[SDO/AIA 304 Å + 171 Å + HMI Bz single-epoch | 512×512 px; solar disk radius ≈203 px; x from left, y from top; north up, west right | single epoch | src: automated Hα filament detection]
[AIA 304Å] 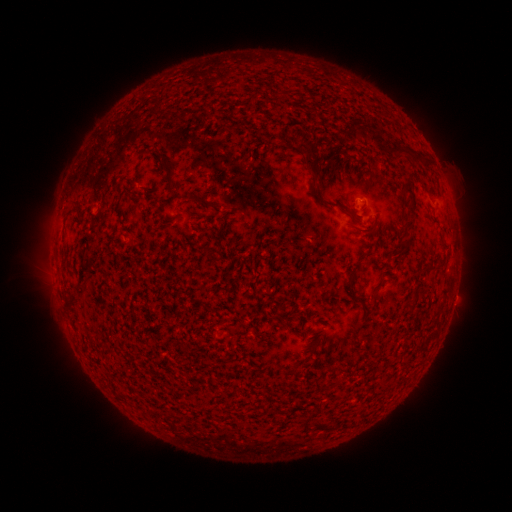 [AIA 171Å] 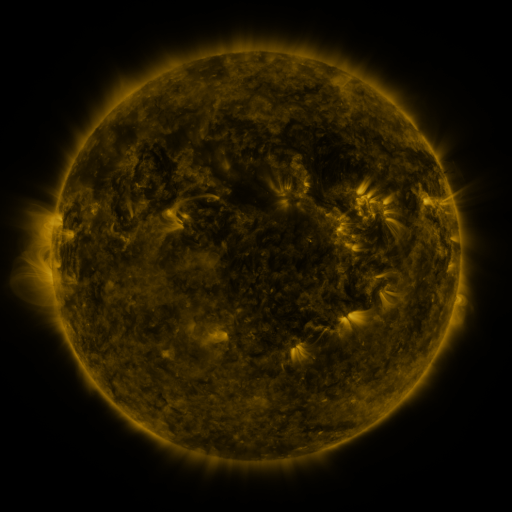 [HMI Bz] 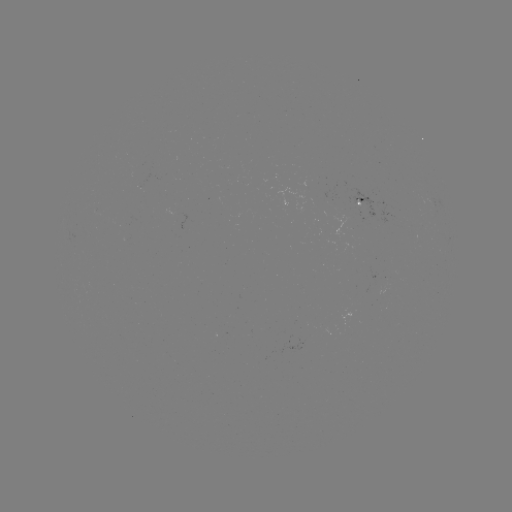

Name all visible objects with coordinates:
filament: (155, 104)
filament: (354, 133)
filament: (304, 146)
filament: (391, 146)
filament: (312, 165)
filament: (169, 177)
filament: (410, 190)
filament: (199, 197)
filament: (329, 203)
filament: (411, 225)
filament: (368, 227)
filament: (221, 234)
filament: (405, 243)
filament: (432, 266)
filament: (352, 272)
filament: (379, 286)
